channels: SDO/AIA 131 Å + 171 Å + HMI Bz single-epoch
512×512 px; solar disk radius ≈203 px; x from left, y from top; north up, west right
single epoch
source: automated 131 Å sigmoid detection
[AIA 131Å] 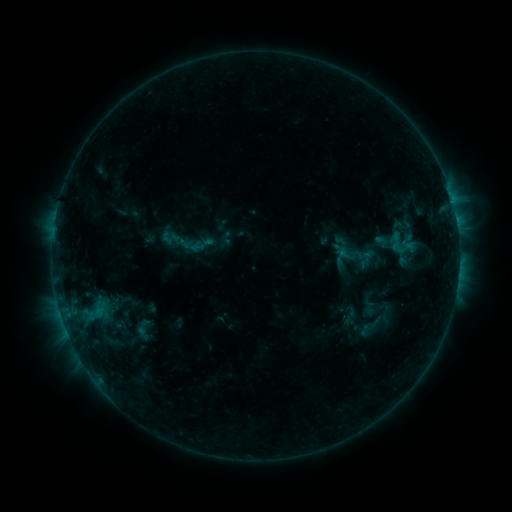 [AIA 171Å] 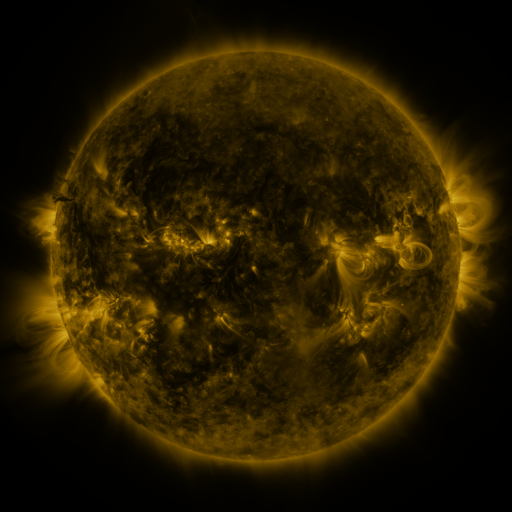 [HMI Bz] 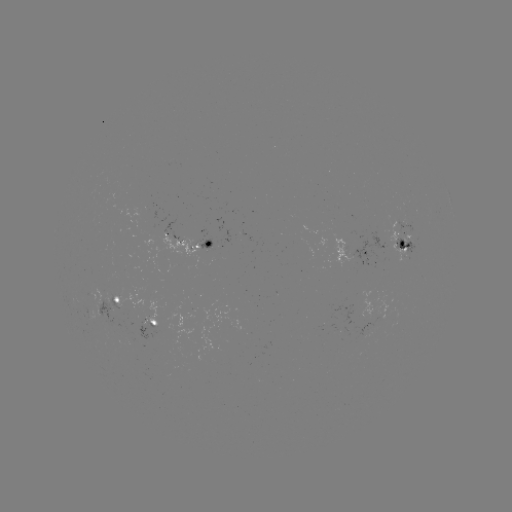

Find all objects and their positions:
sigmoid: (382, 242)
sigmoid: (403, 244)
